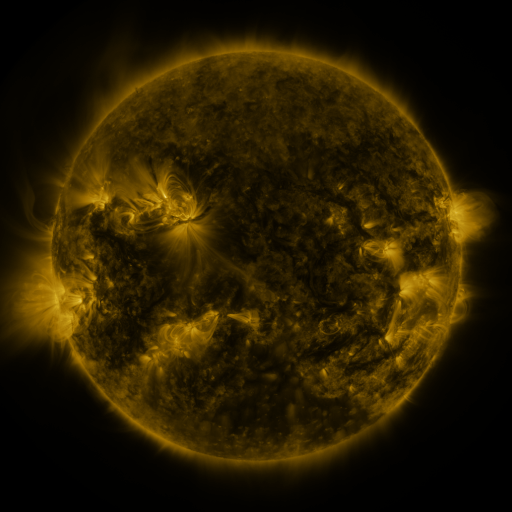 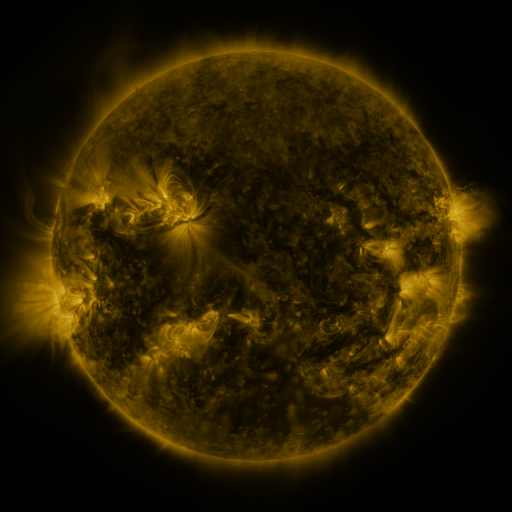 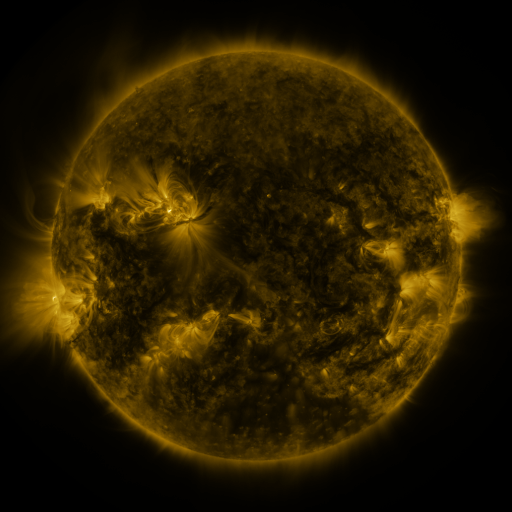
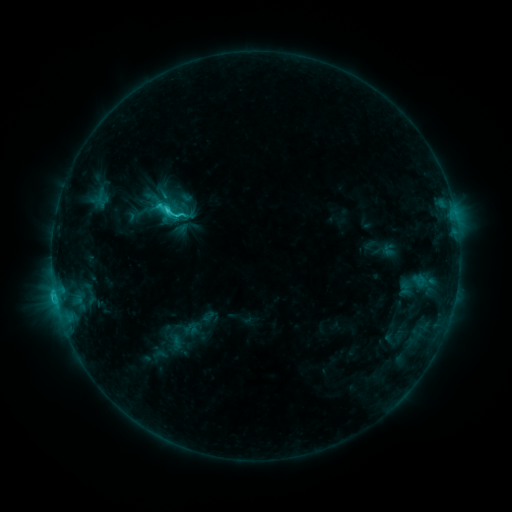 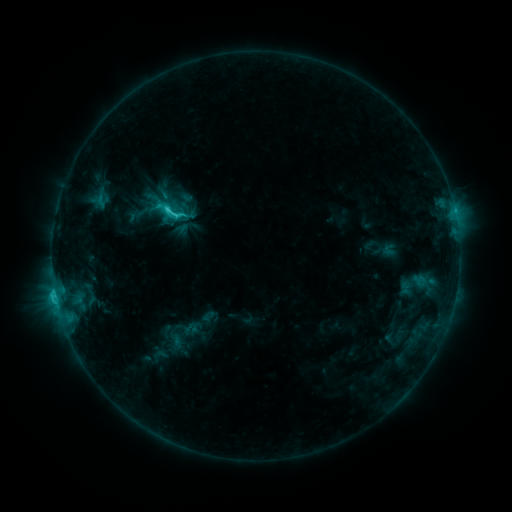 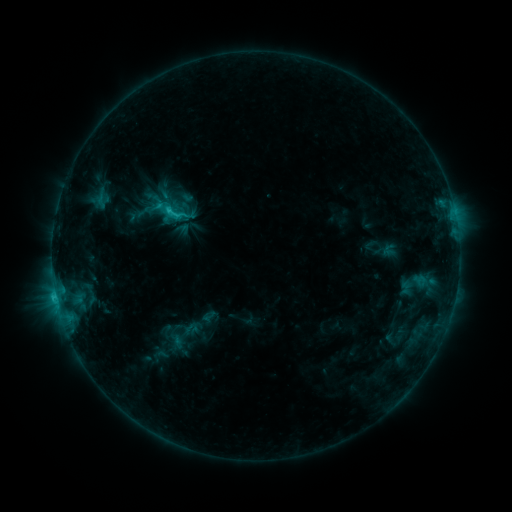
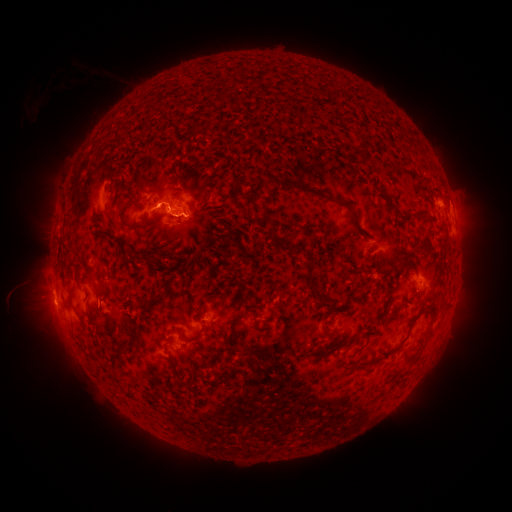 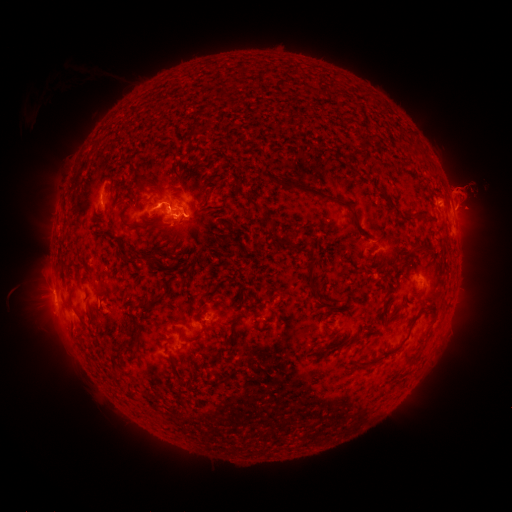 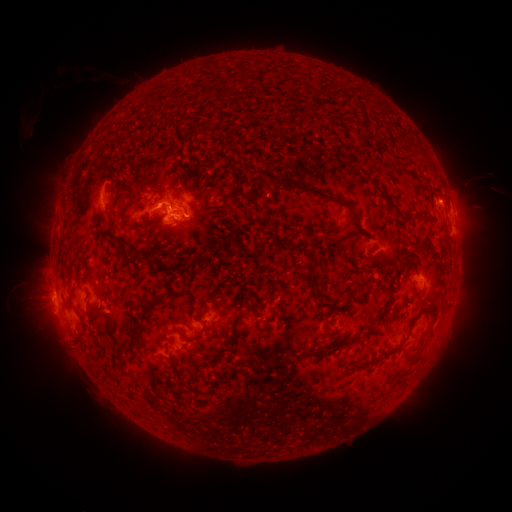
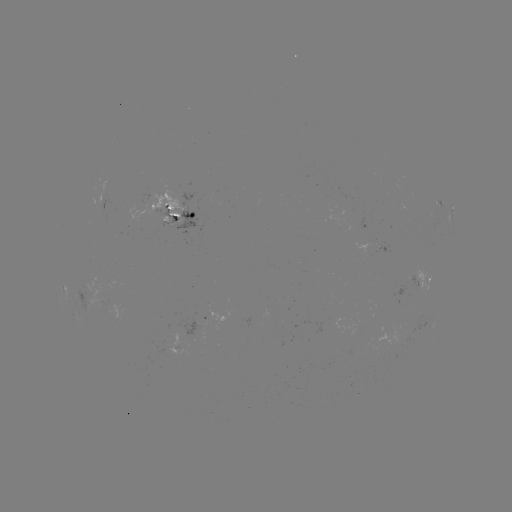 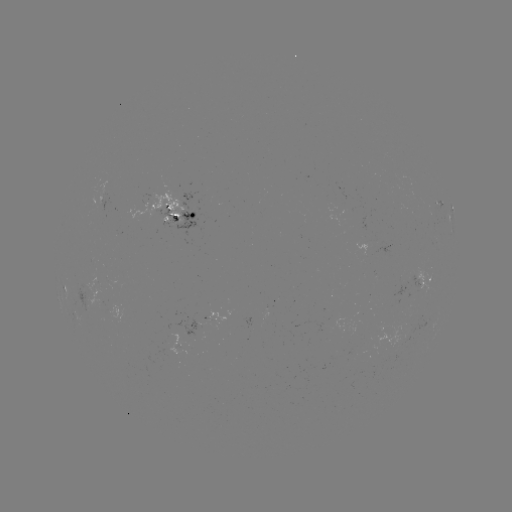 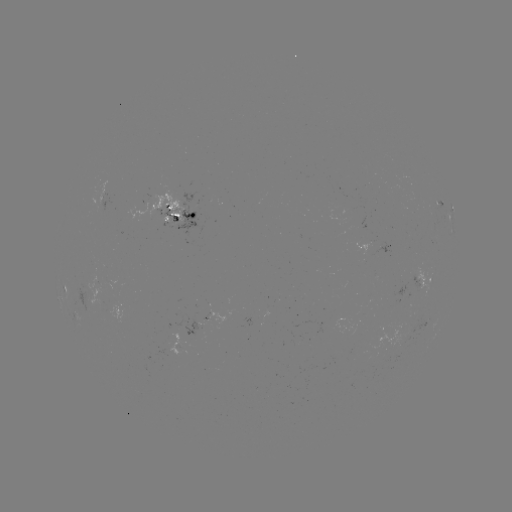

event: eruption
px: (471, 194)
